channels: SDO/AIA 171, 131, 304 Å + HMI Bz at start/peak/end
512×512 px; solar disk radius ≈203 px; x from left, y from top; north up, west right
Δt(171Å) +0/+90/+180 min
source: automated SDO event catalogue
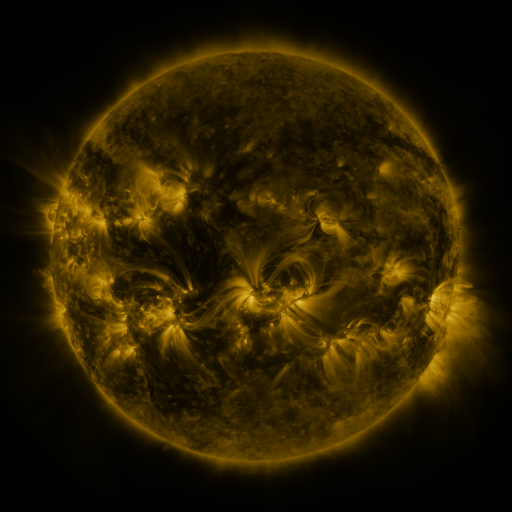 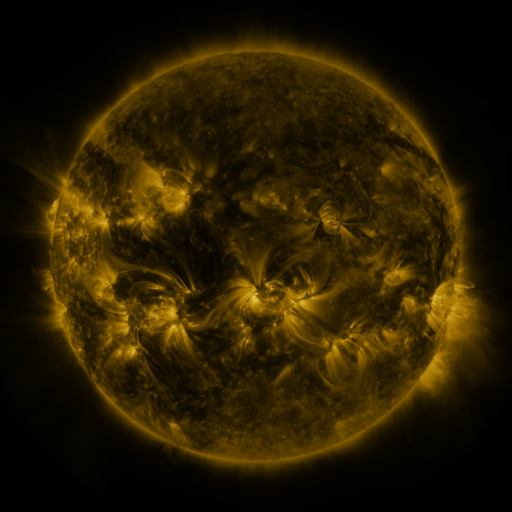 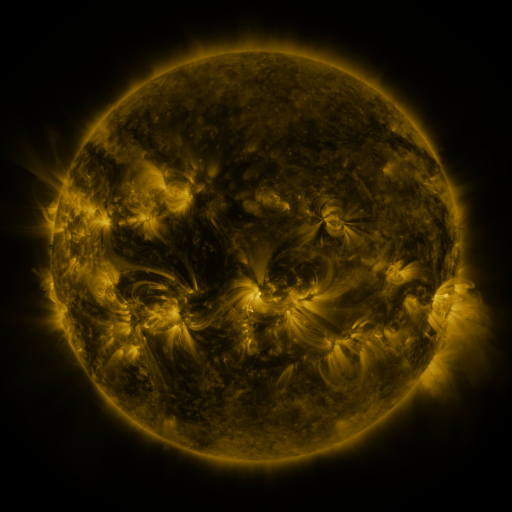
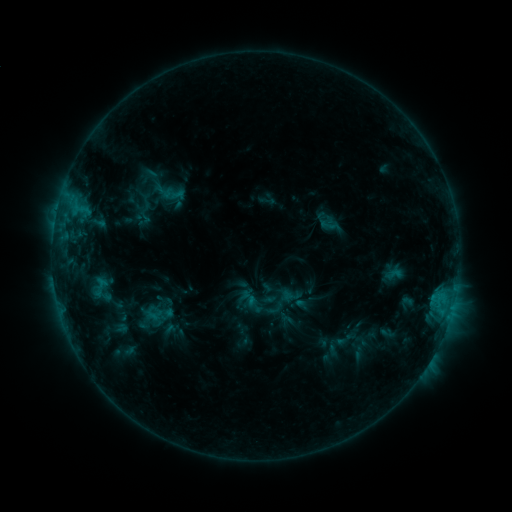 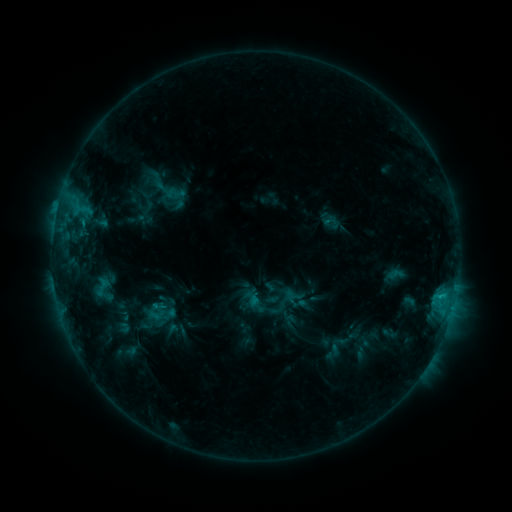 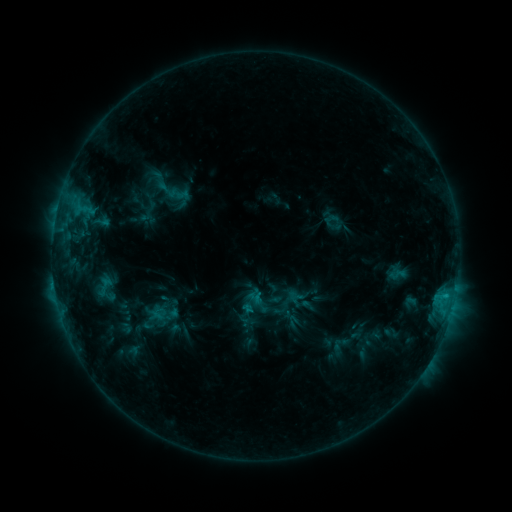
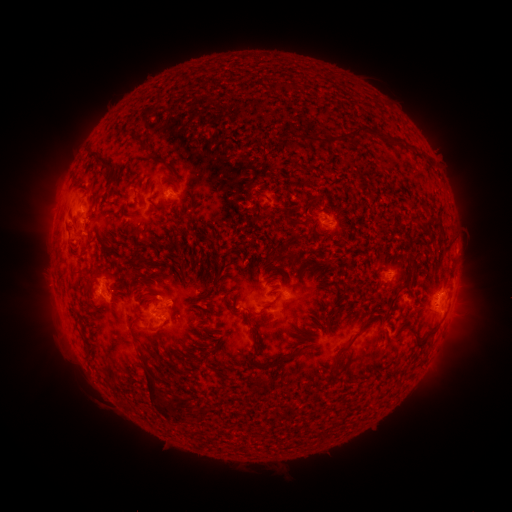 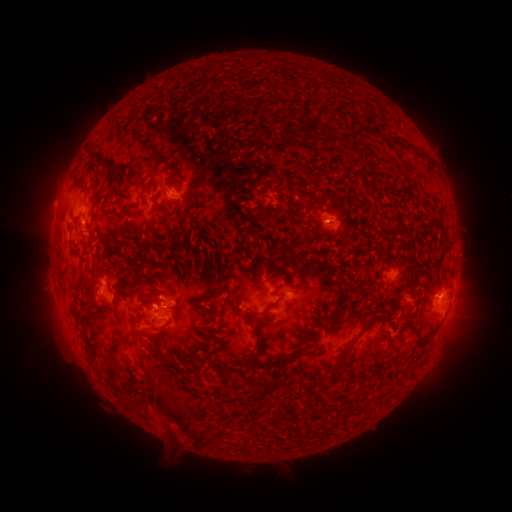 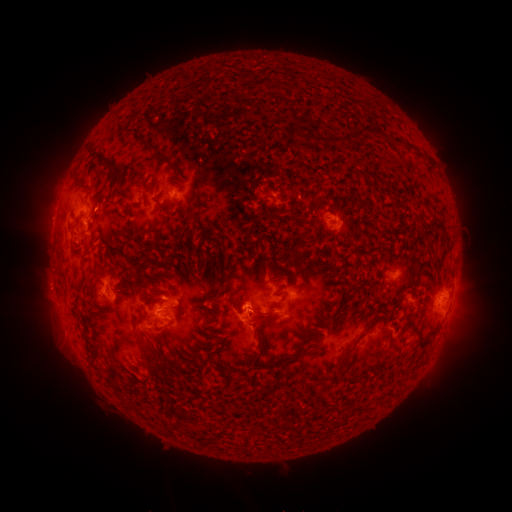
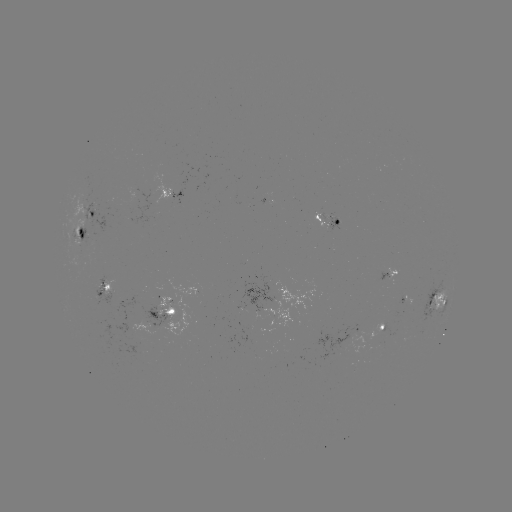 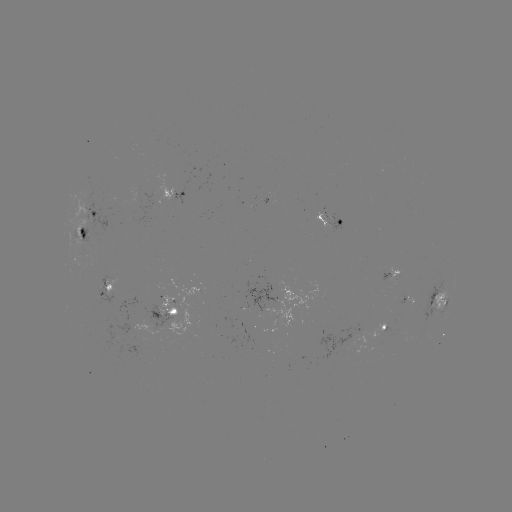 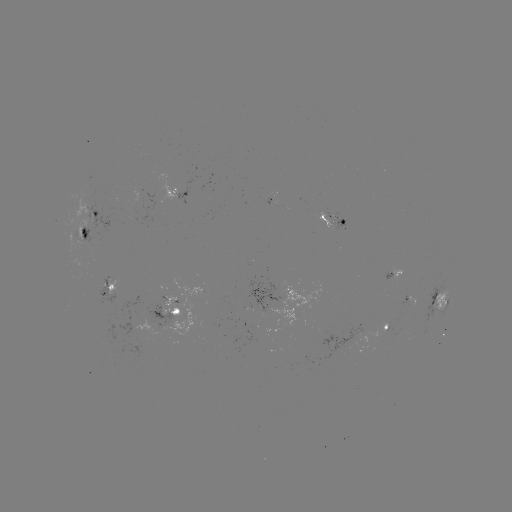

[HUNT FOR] filament eruption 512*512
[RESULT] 162,427